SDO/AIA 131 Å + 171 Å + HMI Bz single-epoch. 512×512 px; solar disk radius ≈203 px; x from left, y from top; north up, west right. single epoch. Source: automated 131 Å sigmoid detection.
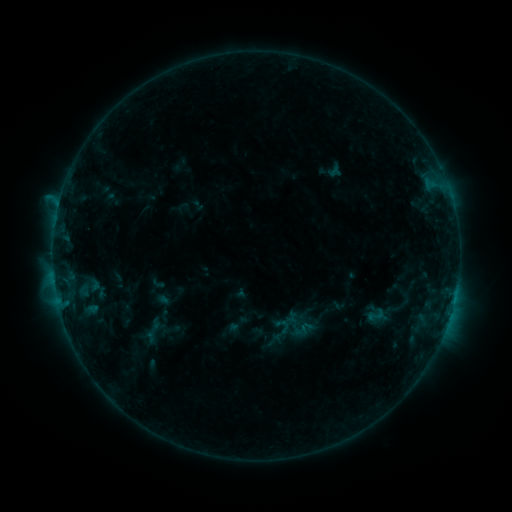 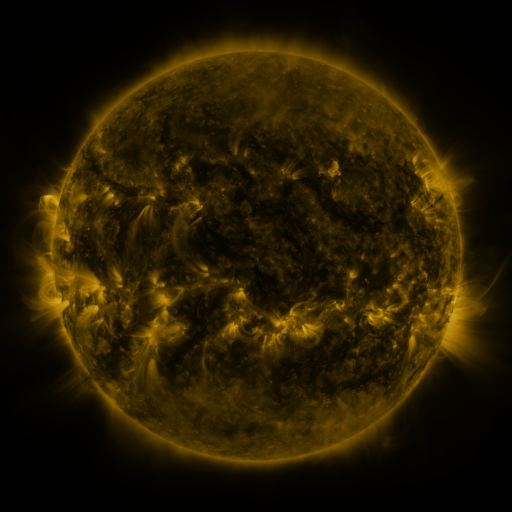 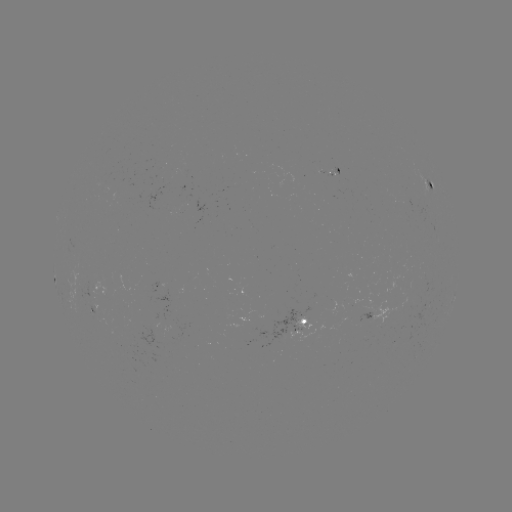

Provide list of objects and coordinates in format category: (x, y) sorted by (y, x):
sigmoid: (376, 315)
